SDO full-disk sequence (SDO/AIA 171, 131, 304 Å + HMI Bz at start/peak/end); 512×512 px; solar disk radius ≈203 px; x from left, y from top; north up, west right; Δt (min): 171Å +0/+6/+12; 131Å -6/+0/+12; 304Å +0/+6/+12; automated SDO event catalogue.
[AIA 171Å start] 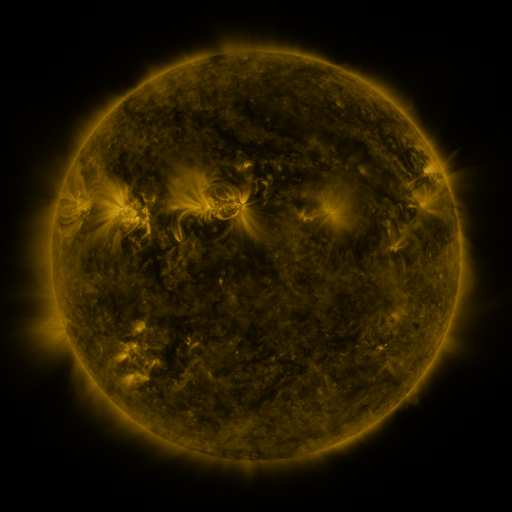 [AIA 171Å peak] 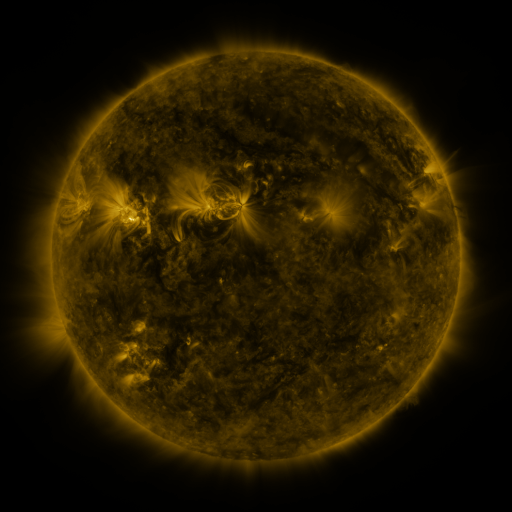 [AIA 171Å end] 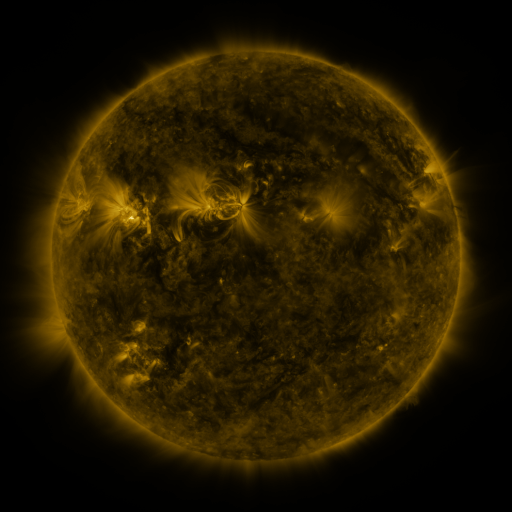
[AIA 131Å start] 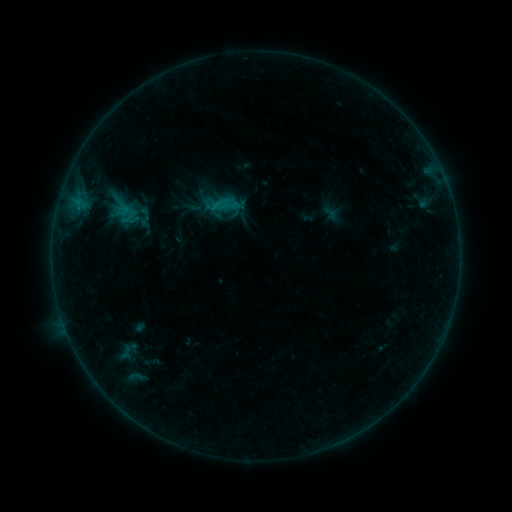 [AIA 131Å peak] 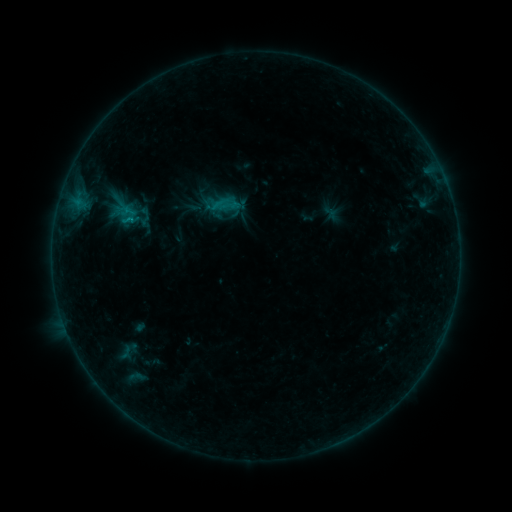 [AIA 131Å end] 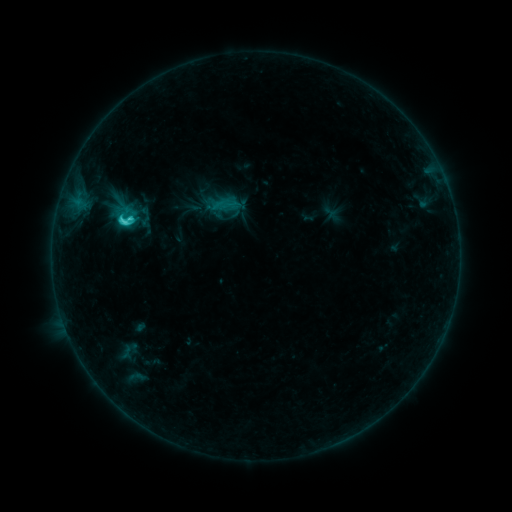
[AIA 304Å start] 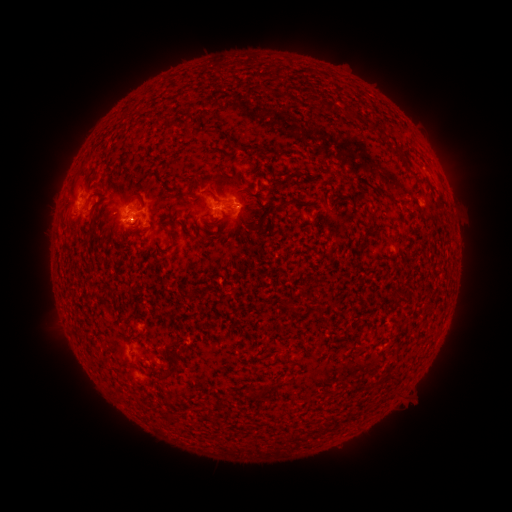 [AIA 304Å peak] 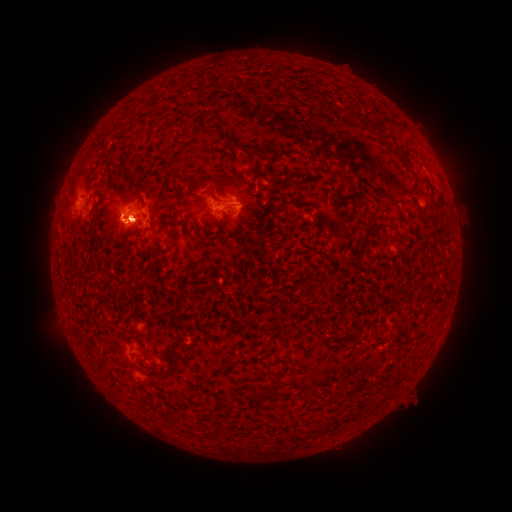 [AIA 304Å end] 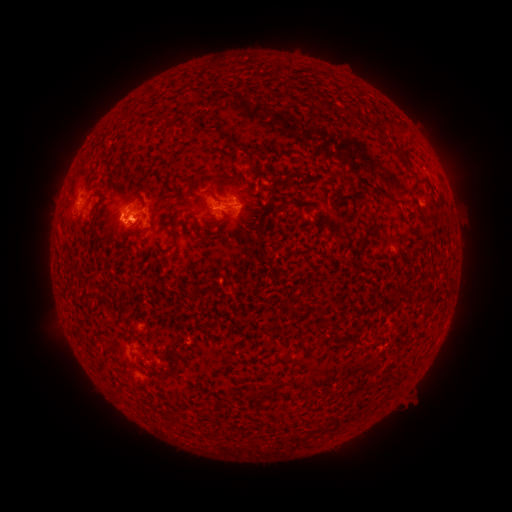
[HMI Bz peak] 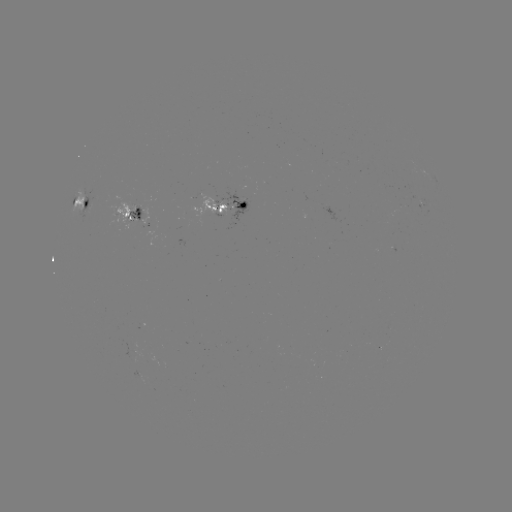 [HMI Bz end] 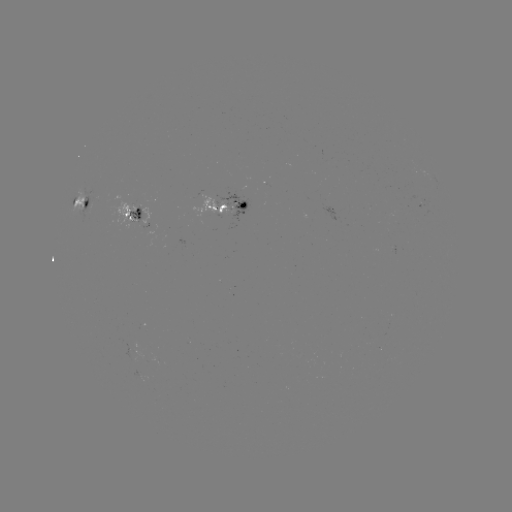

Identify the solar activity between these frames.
C6.3 flare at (131, 221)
